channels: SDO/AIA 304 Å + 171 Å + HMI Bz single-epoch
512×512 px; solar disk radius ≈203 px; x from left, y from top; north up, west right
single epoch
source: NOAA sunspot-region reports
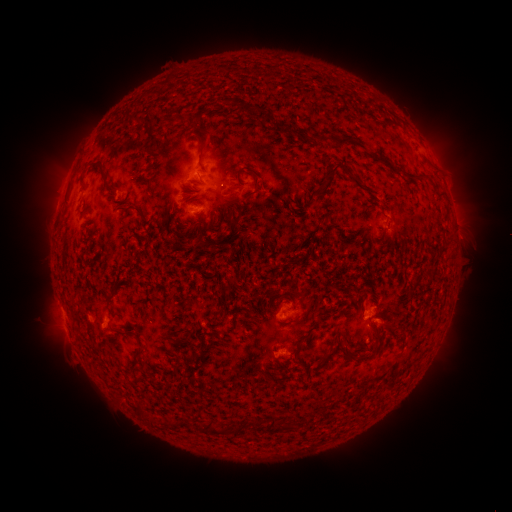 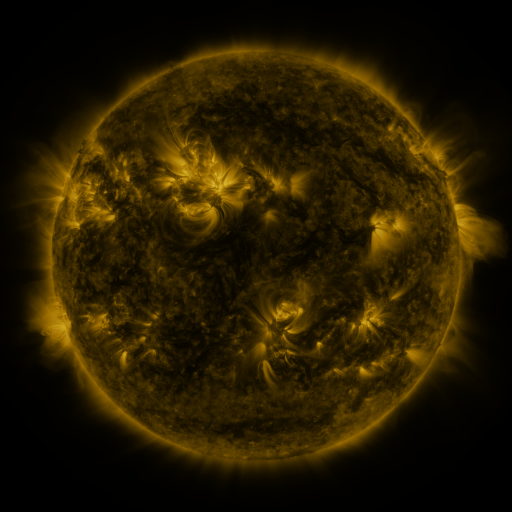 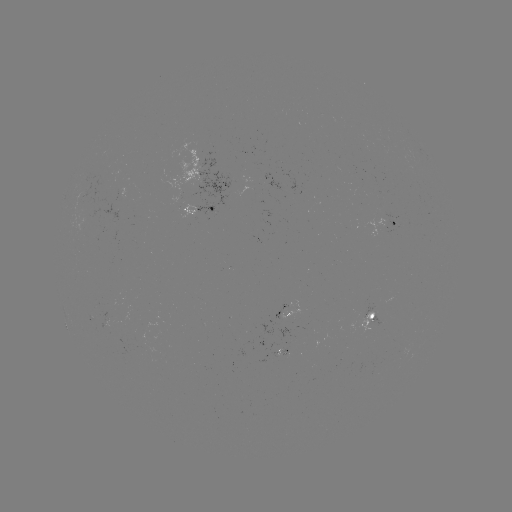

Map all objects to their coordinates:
spotted active region: (204, 209)
spotted active region: (393, 224)
spotted active region: (286, 312)
spotted active region: (372, 316)
